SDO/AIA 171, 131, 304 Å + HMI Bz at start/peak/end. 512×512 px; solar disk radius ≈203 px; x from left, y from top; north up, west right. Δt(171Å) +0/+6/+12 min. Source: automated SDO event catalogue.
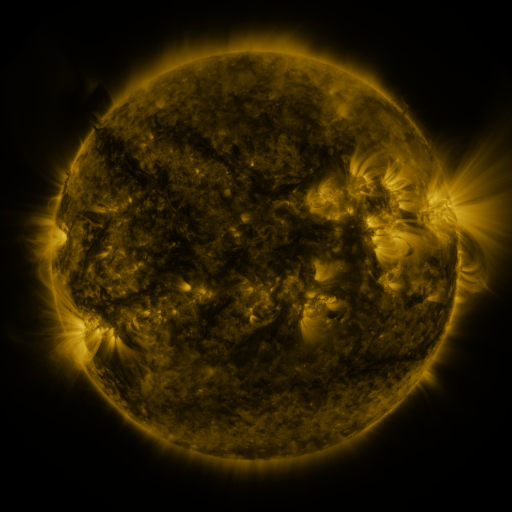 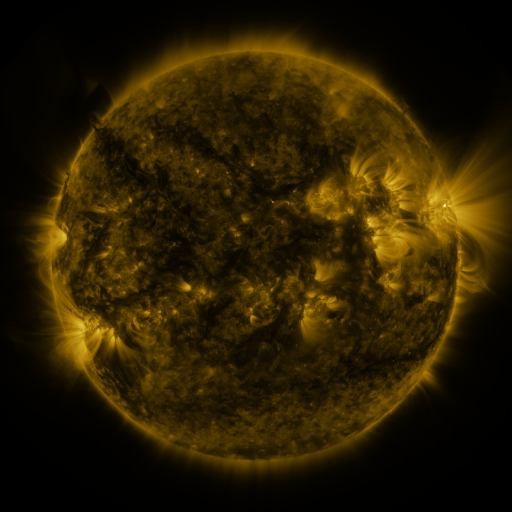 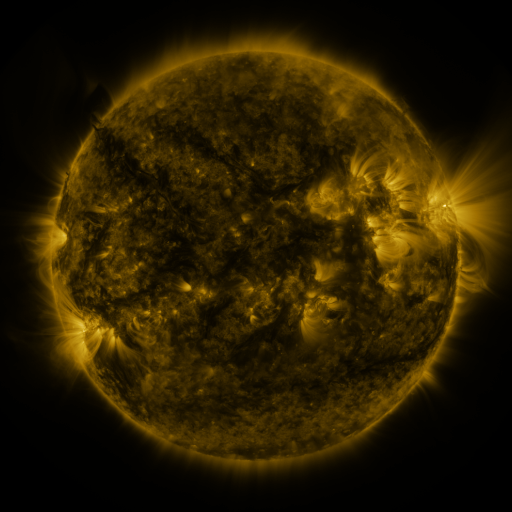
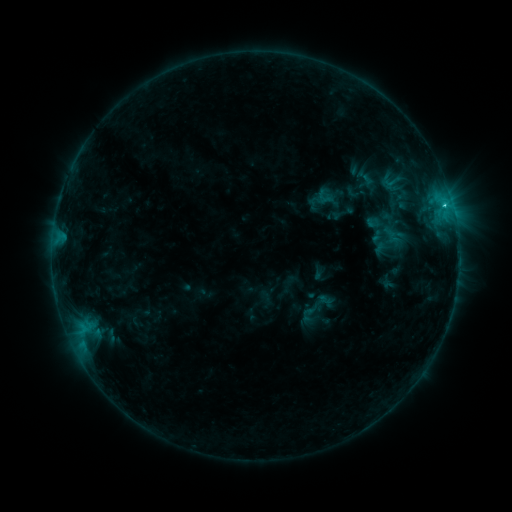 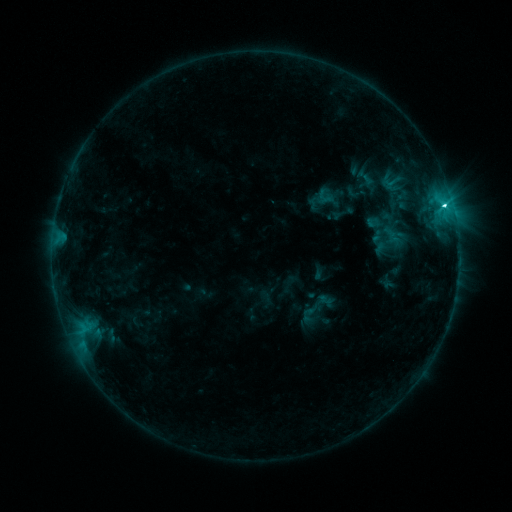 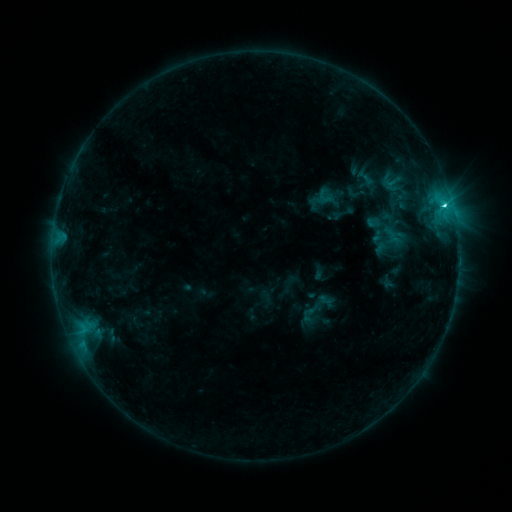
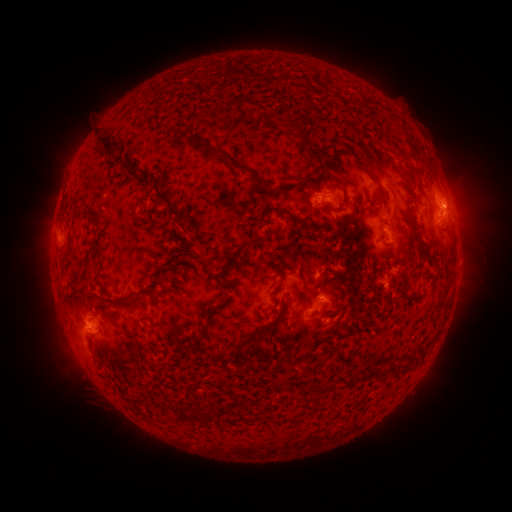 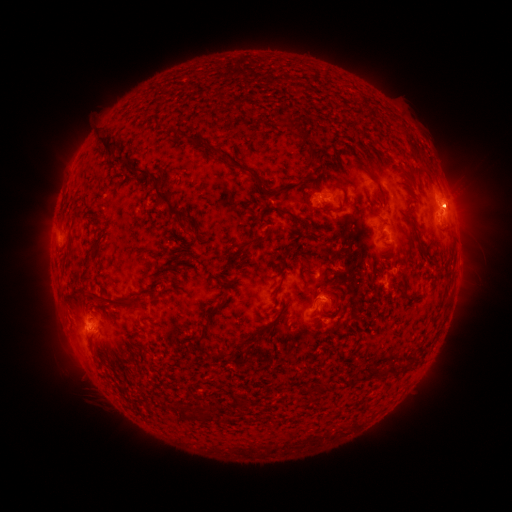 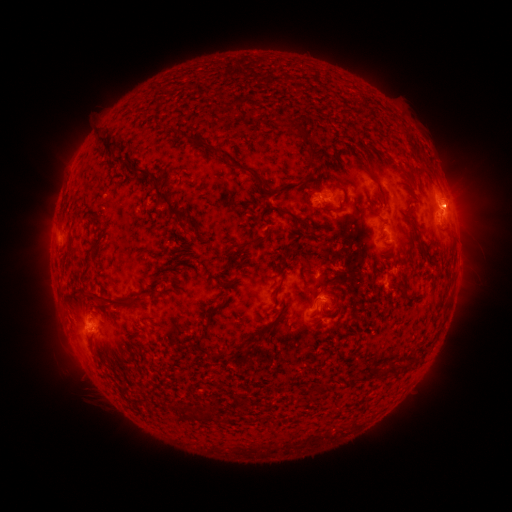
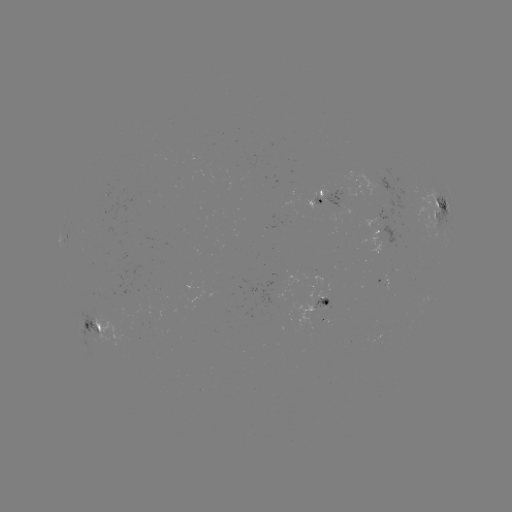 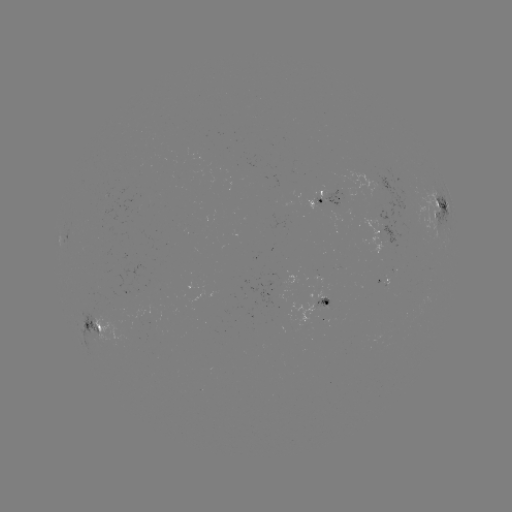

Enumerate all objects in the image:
C3.5 flare: (443, 207)
